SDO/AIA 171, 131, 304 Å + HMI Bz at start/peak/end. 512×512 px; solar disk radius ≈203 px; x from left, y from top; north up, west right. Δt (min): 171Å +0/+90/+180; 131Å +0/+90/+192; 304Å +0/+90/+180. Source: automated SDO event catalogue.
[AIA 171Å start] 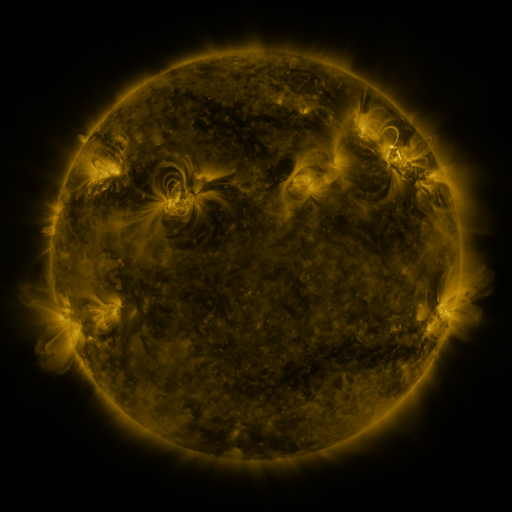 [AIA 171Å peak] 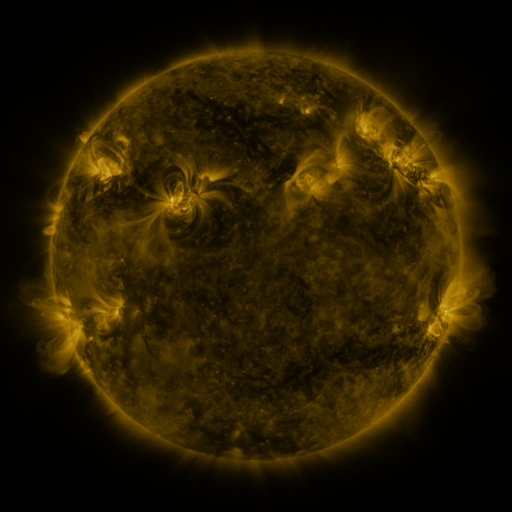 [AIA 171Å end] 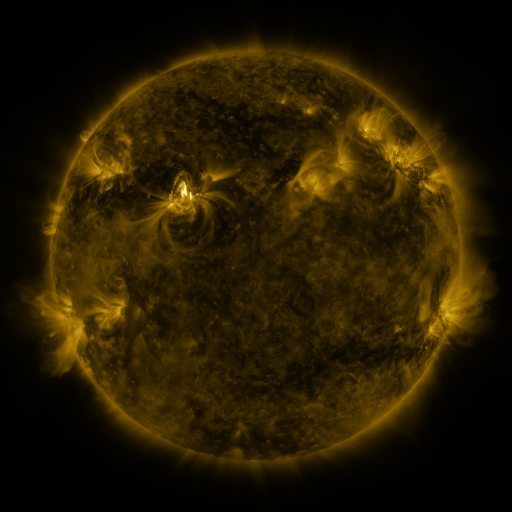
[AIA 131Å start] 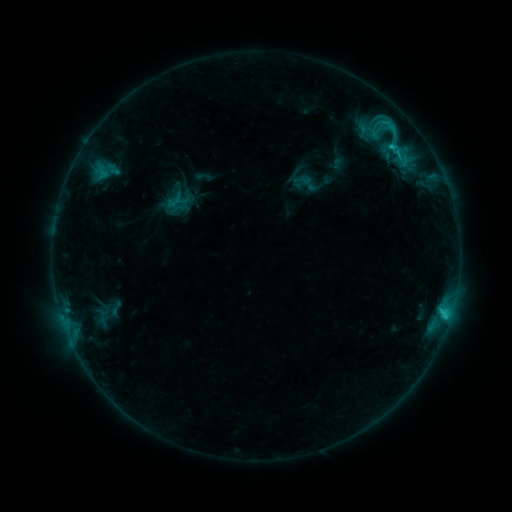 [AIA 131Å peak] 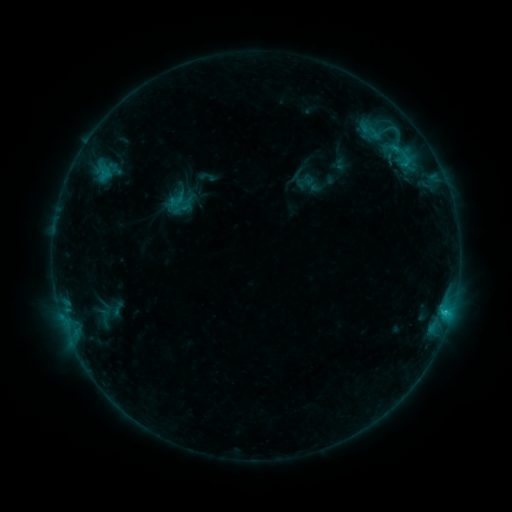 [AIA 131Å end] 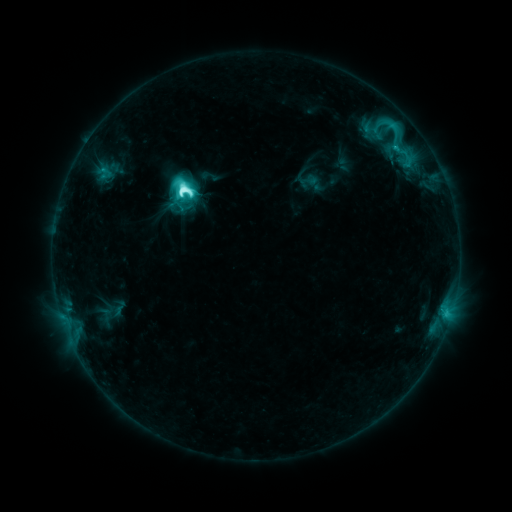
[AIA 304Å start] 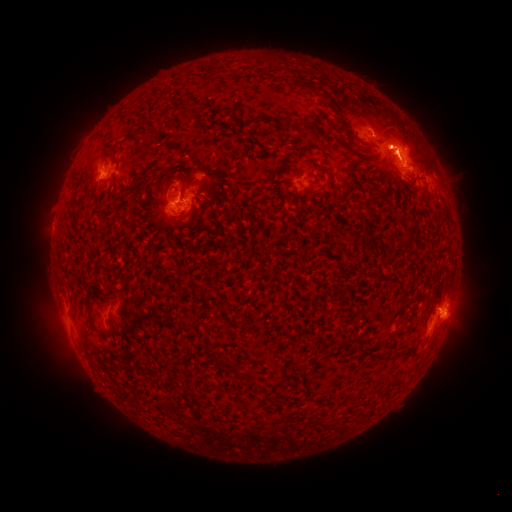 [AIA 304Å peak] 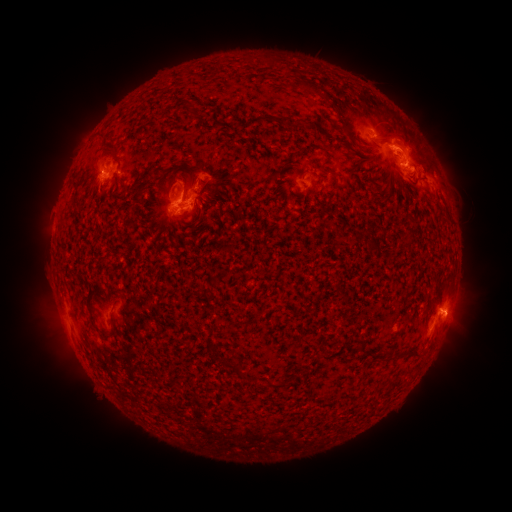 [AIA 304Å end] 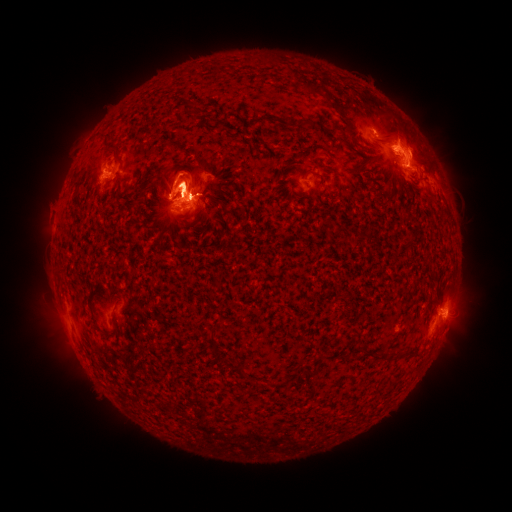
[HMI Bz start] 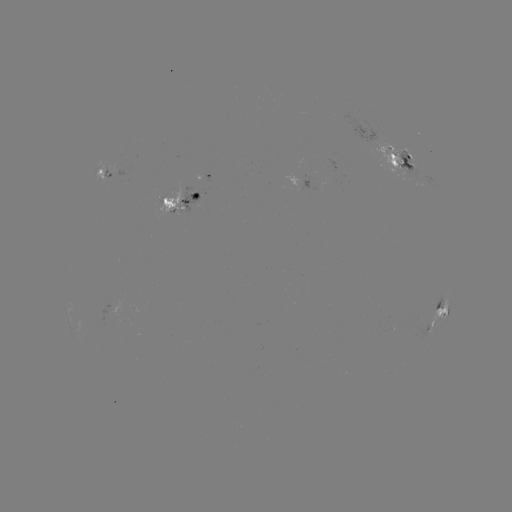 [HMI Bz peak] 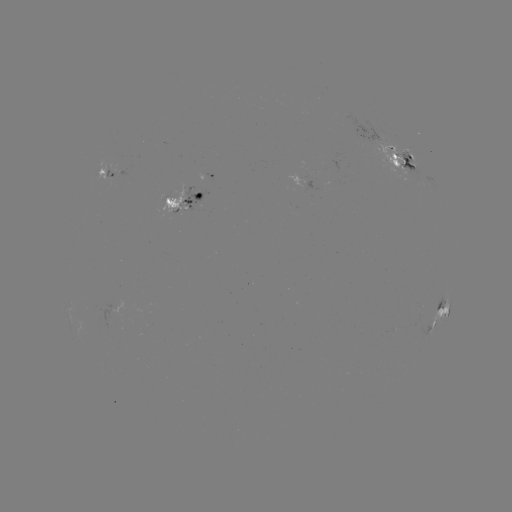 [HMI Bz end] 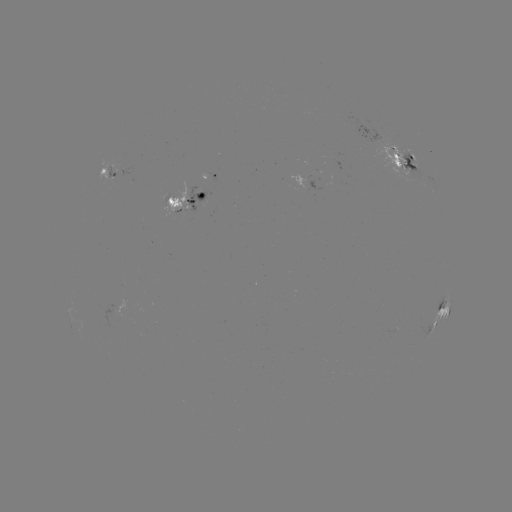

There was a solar emerging-flux region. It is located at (181, 198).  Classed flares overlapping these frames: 1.